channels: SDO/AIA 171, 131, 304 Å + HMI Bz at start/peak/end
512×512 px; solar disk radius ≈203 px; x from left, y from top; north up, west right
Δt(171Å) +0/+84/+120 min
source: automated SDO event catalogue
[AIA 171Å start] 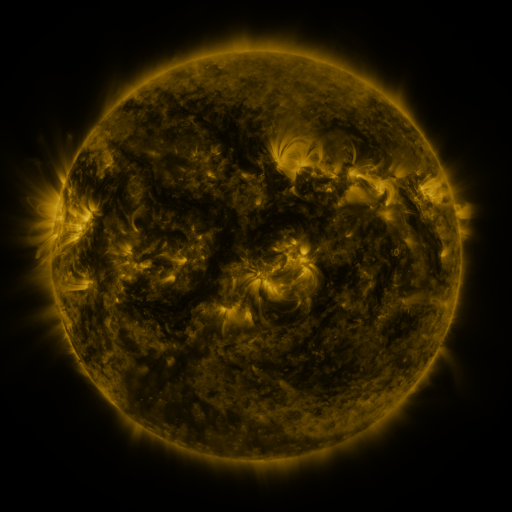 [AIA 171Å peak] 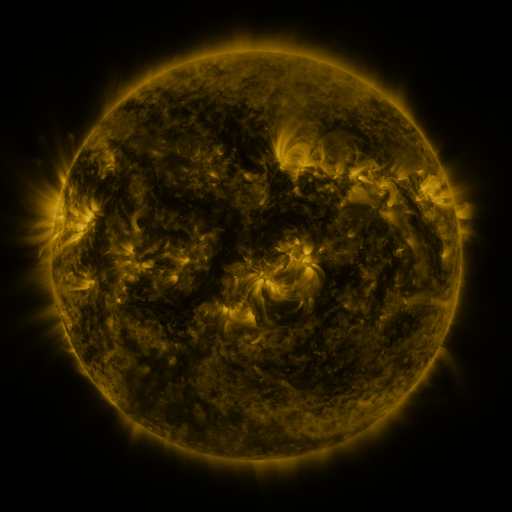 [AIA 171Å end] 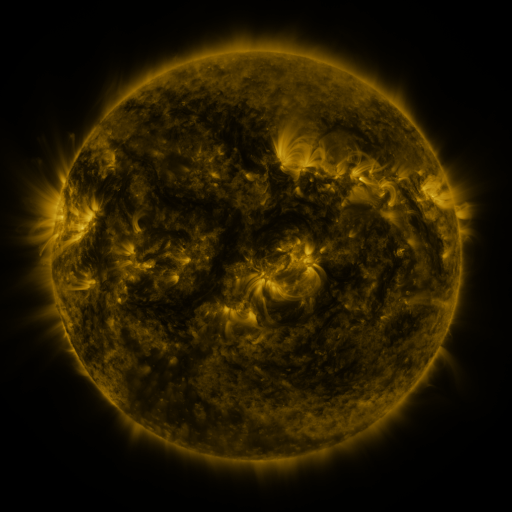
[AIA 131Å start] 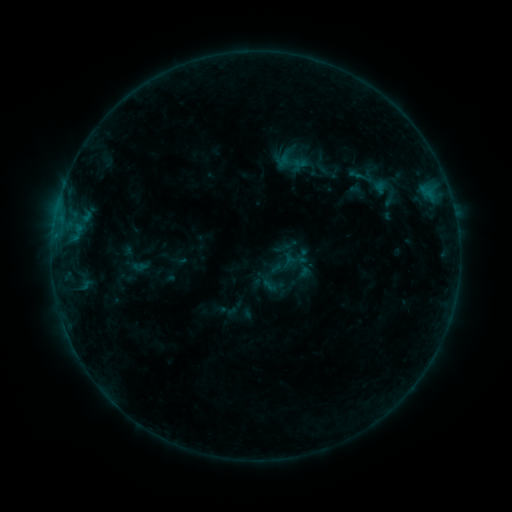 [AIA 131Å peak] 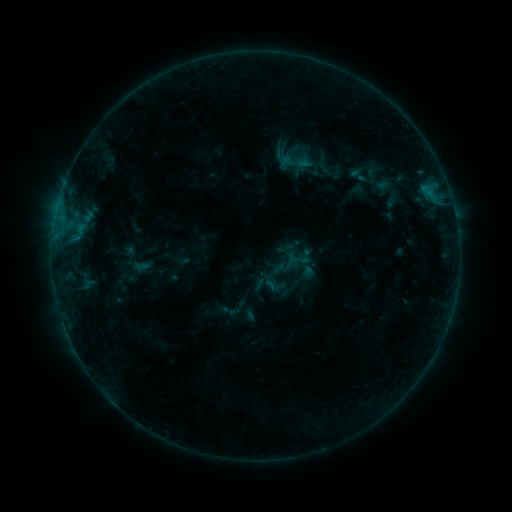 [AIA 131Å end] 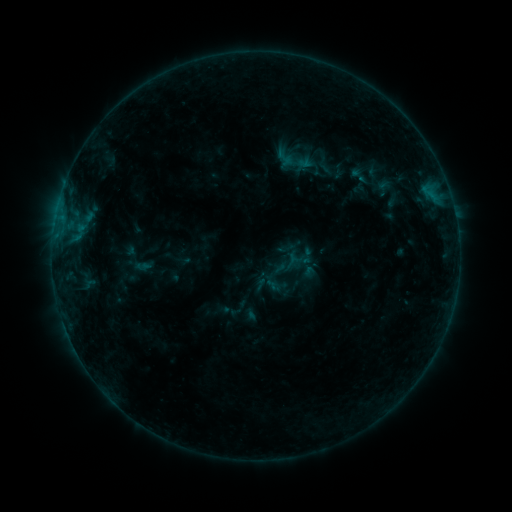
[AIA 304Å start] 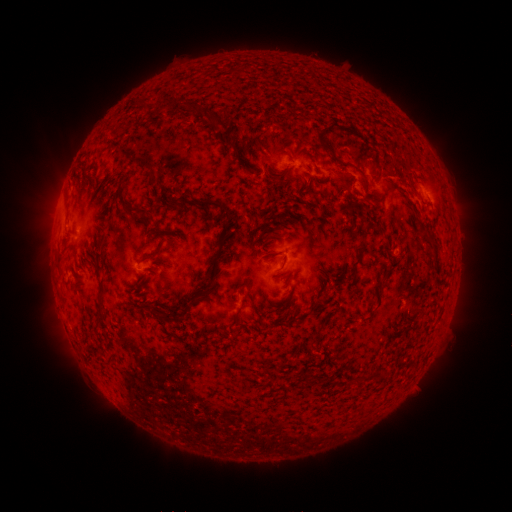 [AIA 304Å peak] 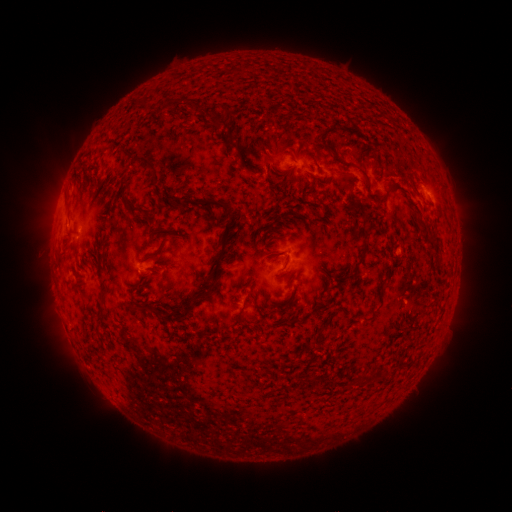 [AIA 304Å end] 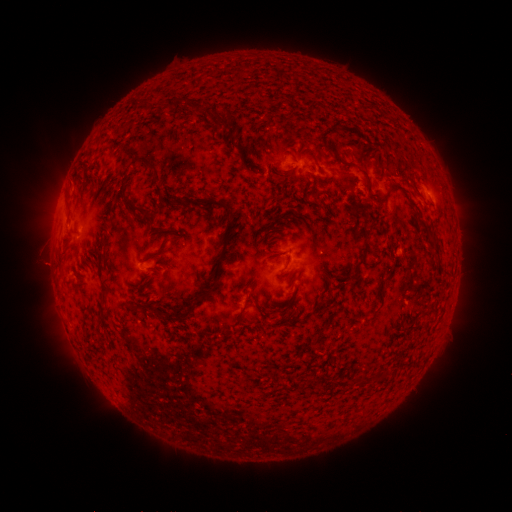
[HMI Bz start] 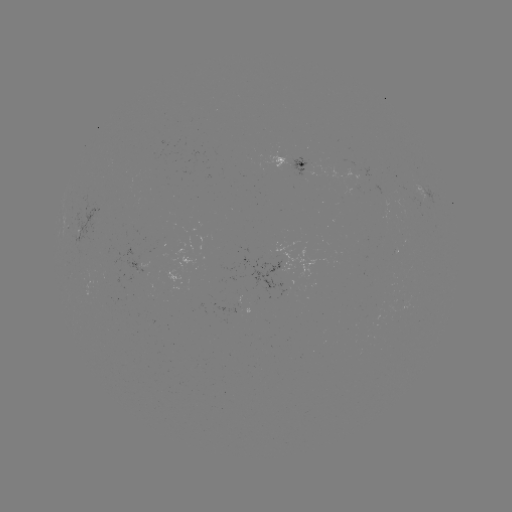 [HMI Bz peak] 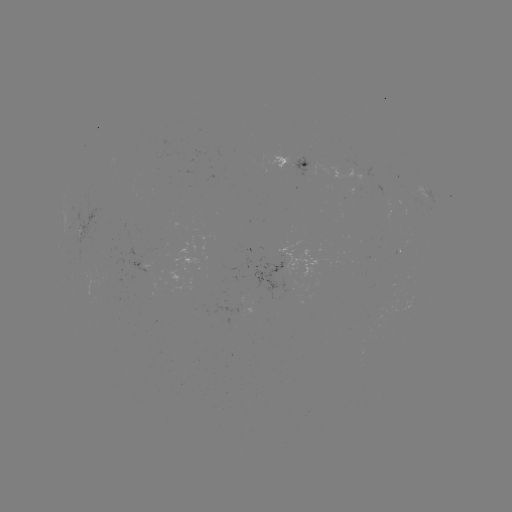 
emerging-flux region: (348, 188, 361, 194)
